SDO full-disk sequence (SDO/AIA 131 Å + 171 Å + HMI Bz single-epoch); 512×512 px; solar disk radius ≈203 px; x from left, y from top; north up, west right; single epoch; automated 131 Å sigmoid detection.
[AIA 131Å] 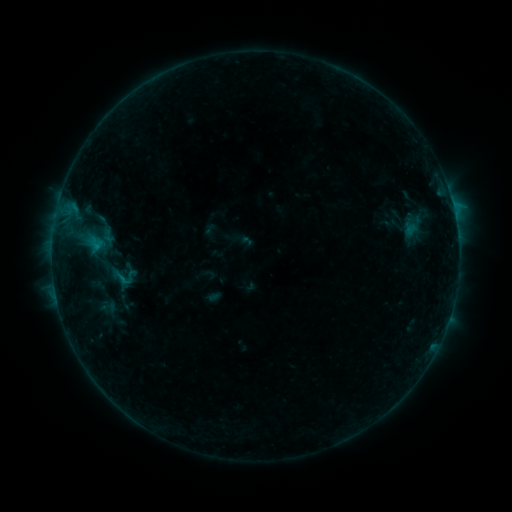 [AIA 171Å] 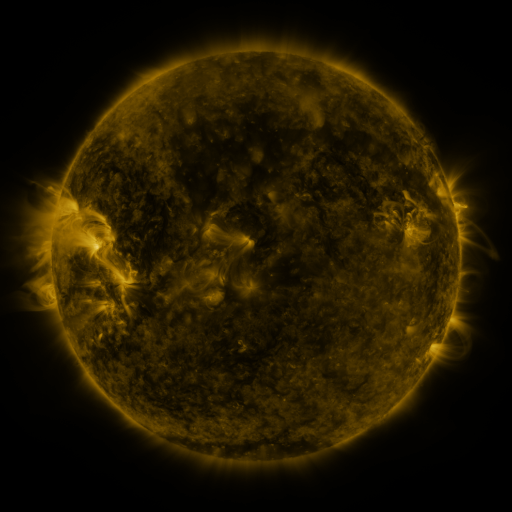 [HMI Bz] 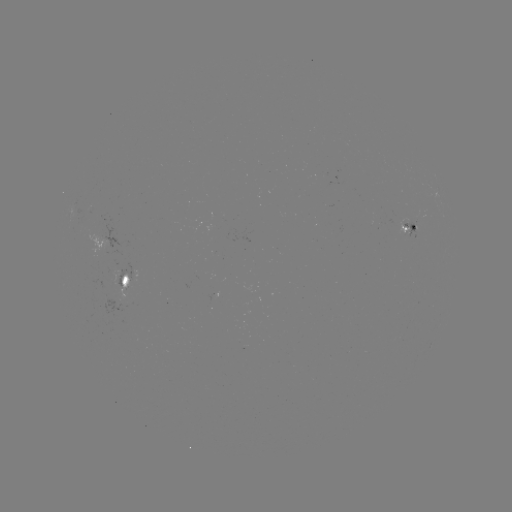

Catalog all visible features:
sigmoid: (415, 224)
sigmoid: (109, 307)
